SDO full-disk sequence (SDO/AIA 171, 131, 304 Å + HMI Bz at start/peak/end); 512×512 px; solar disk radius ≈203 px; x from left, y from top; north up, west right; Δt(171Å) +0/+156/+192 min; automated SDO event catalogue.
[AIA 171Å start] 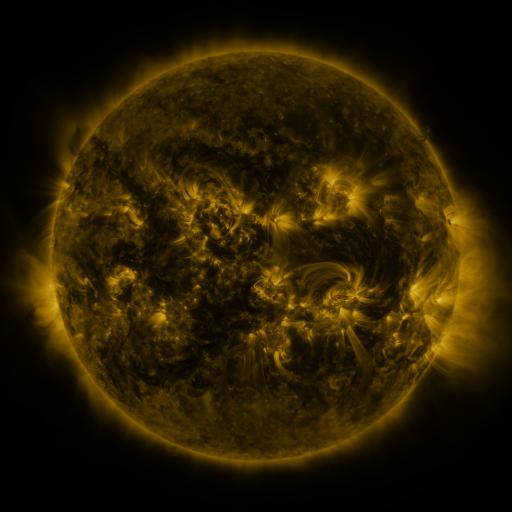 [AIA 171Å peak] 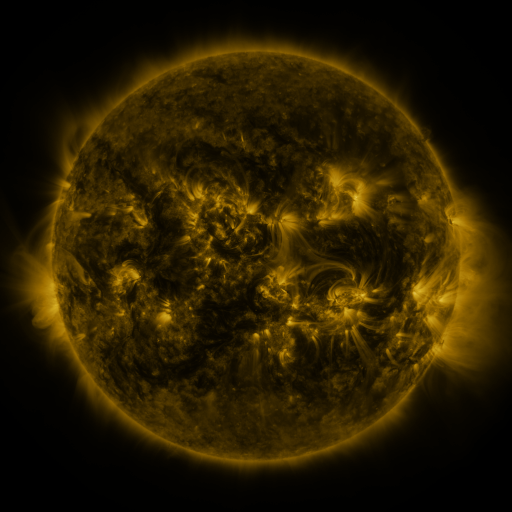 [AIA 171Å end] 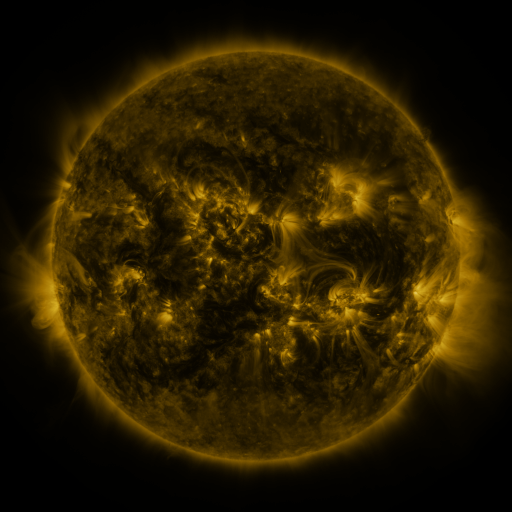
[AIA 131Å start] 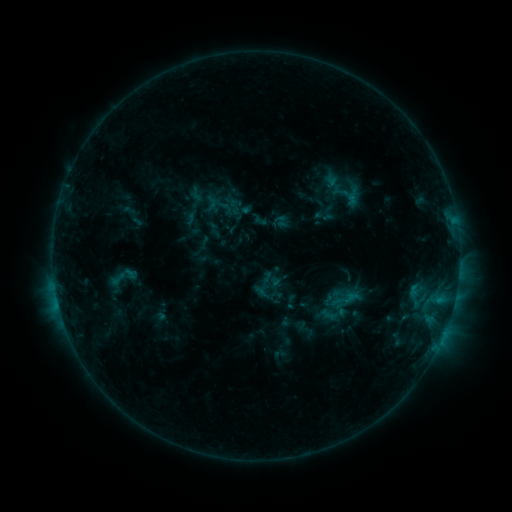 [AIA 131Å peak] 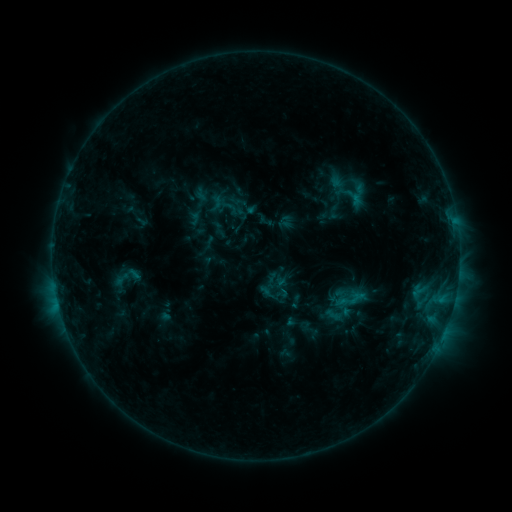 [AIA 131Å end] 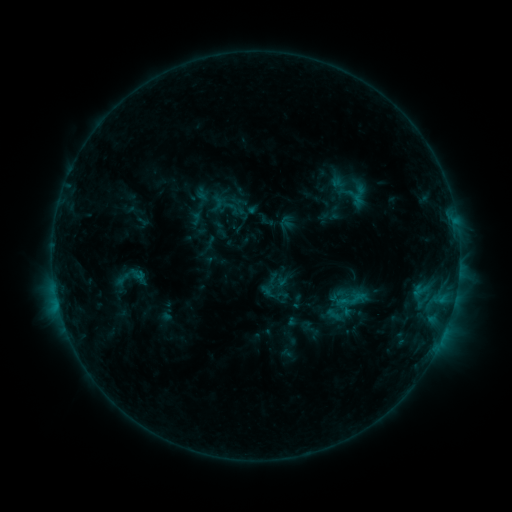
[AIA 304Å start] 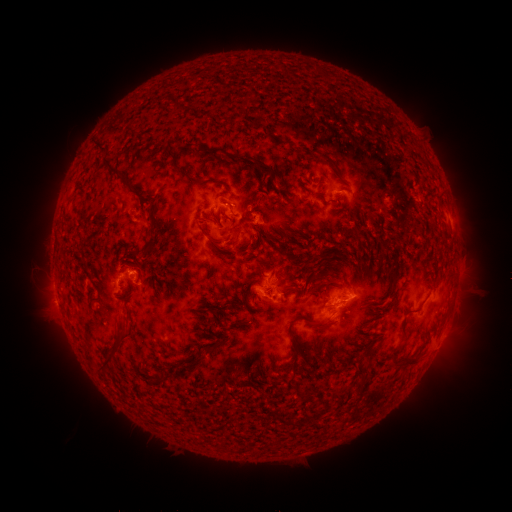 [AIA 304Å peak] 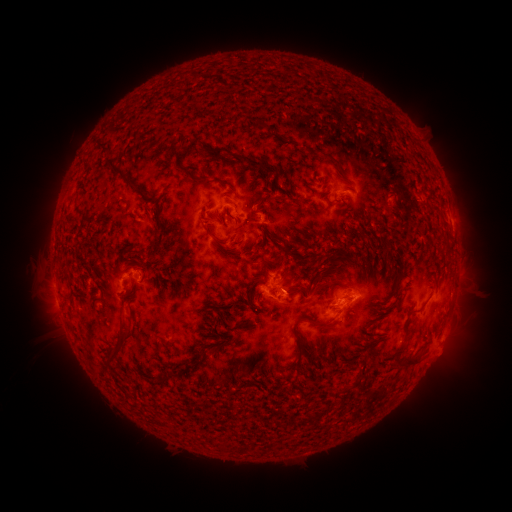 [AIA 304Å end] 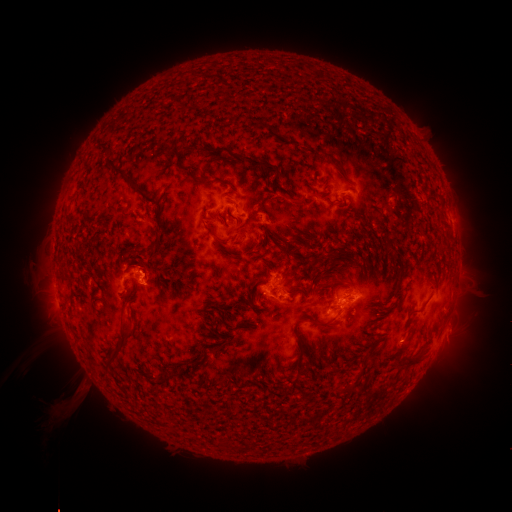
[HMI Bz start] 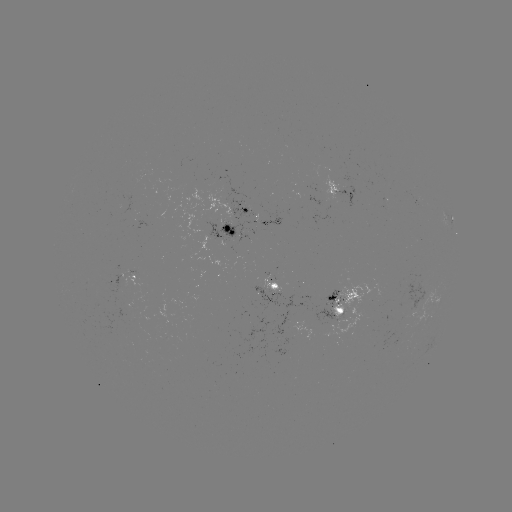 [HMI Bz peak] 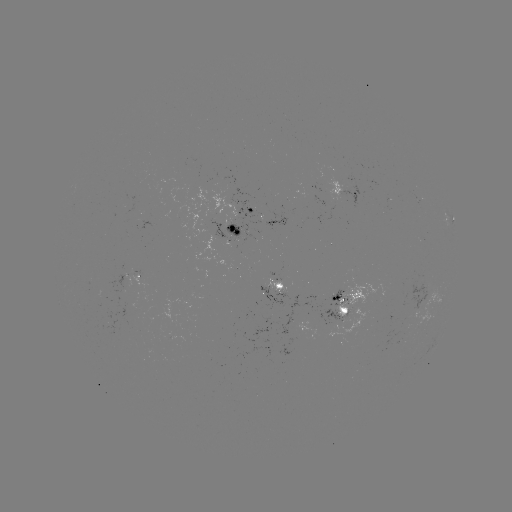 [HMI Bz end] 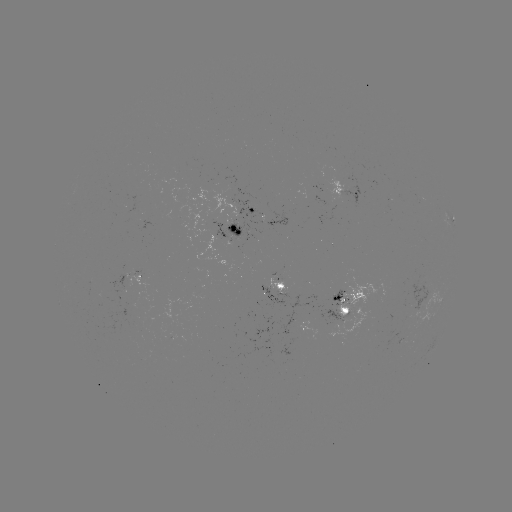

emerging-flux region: [410, 275, 428, 311]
